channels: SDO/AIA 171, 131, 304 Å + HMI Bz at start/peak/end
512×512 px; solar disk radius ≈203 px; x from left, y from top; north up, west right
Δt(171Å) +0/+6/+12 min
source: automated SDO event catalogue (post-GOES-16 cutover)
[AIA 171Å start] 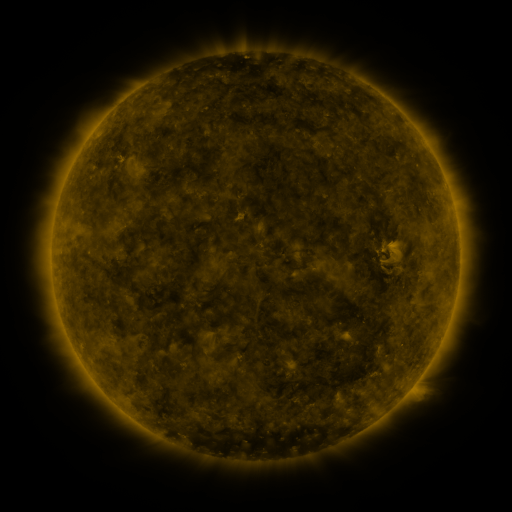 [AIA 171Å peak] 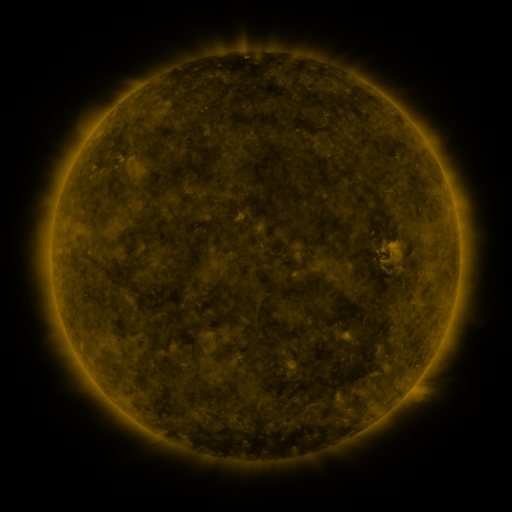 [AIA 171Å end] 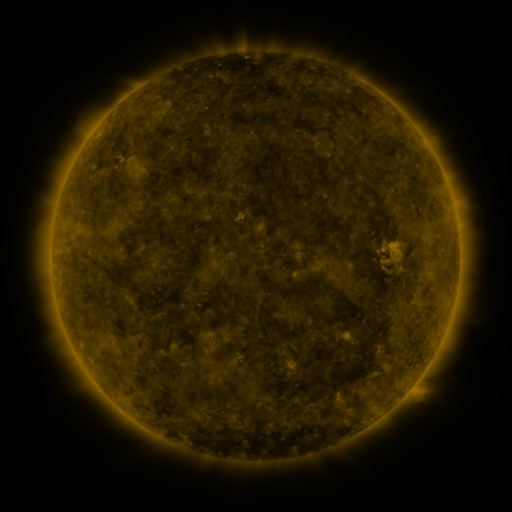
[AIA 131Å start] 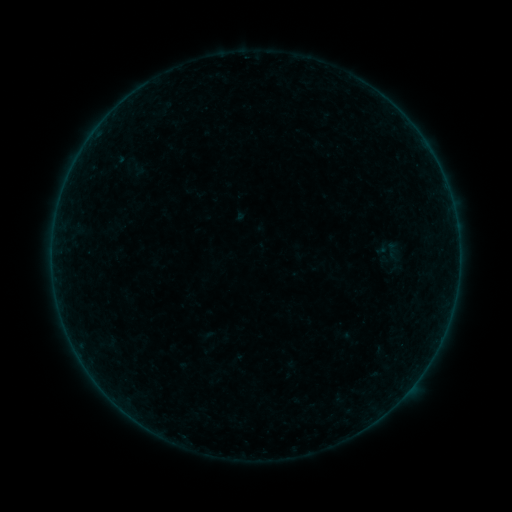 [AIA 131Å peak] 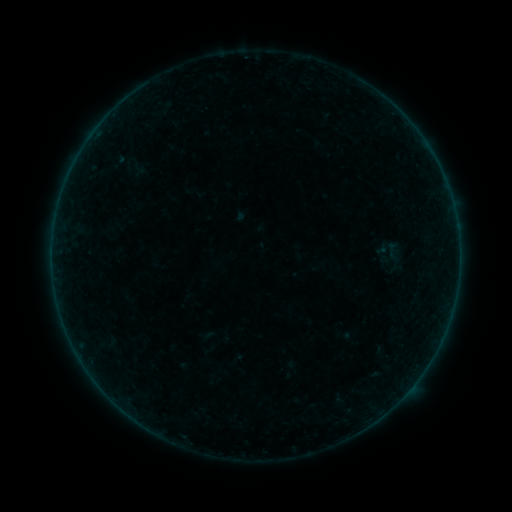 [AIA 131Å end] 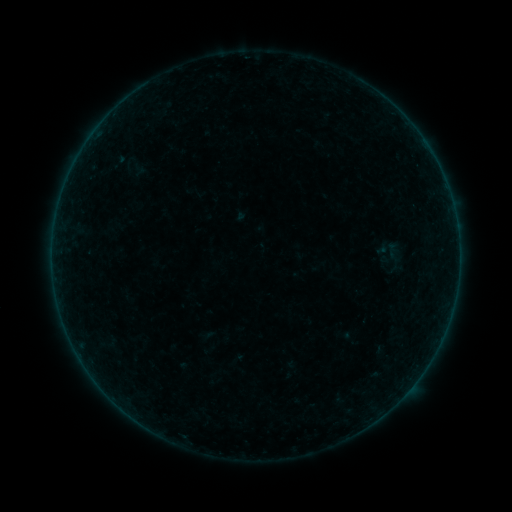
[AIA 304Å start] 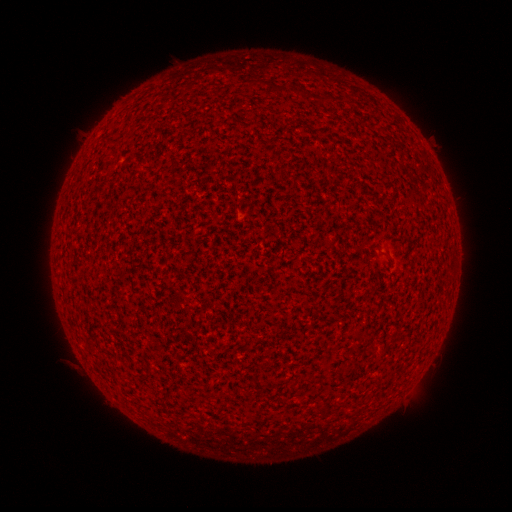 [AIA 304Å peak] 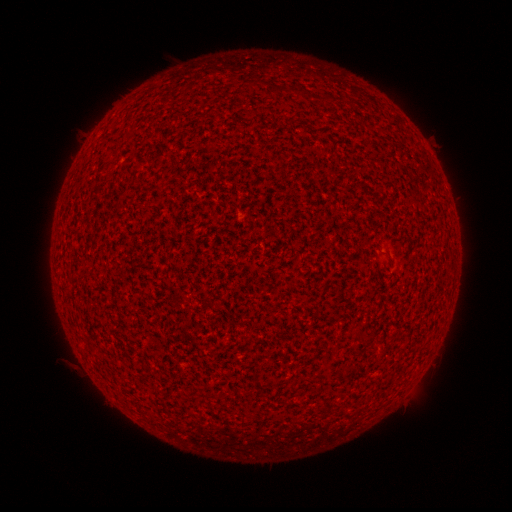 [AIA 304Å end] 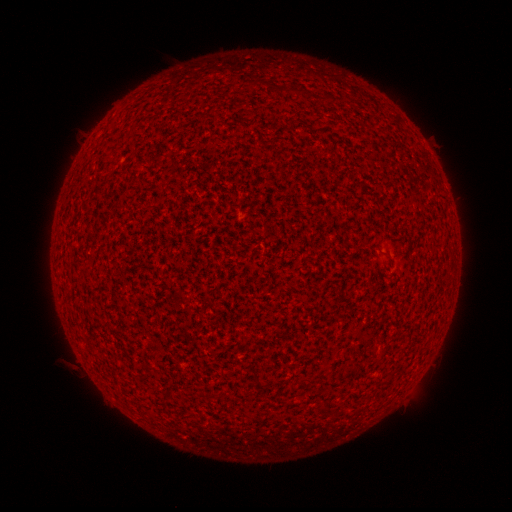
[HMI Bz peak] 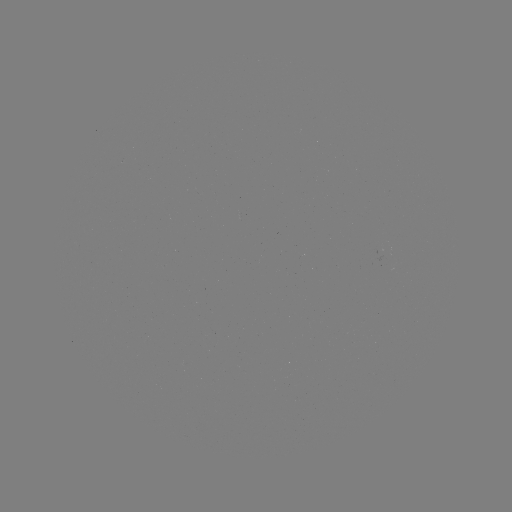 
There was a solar flare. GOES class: A7.8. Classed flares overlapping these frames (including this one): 1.